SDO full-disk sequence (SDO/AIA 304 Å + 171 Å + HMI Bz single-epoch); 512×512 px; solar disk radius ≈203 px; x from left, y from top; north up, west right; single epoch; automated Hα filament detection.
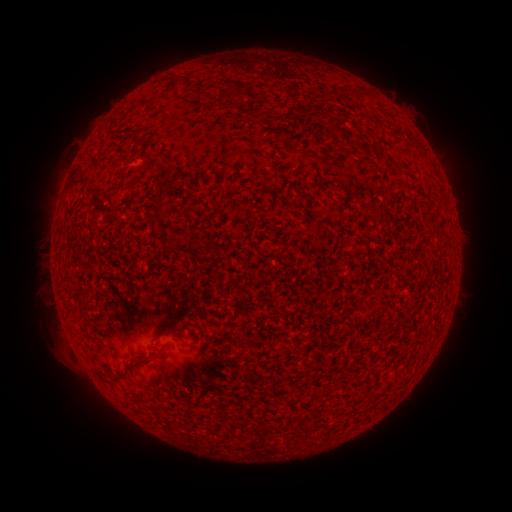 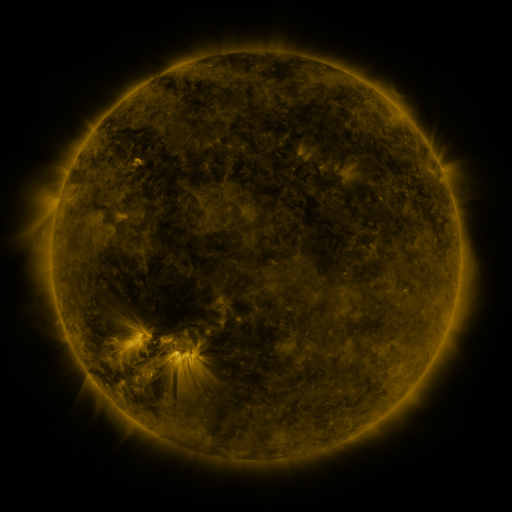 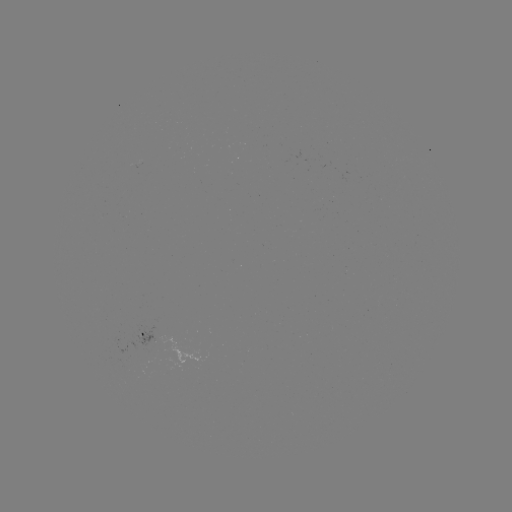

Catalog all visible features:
filament: (283, 120)
filament: (319, 134)
filament: (366, 148)
filament: (148, 157)
filament: (157, 160)
filament: (161, 195)
filament: (424, 206)
filament: (182, 248)
filament: (210, 252)
filament: (136, 361)
